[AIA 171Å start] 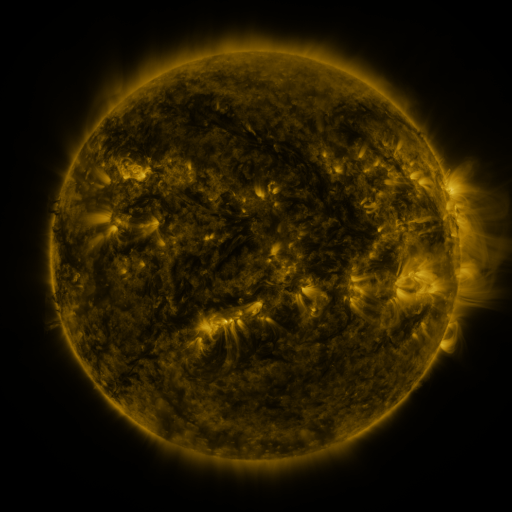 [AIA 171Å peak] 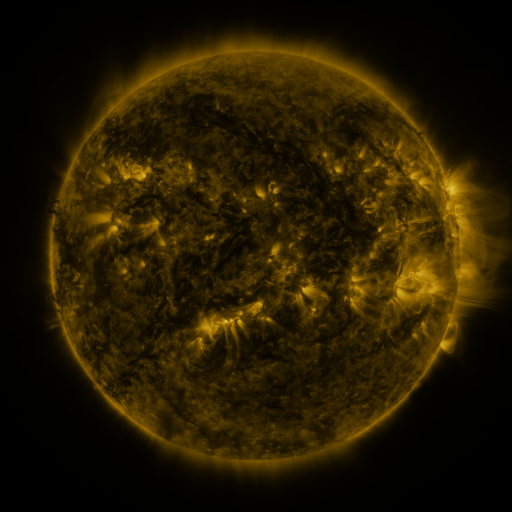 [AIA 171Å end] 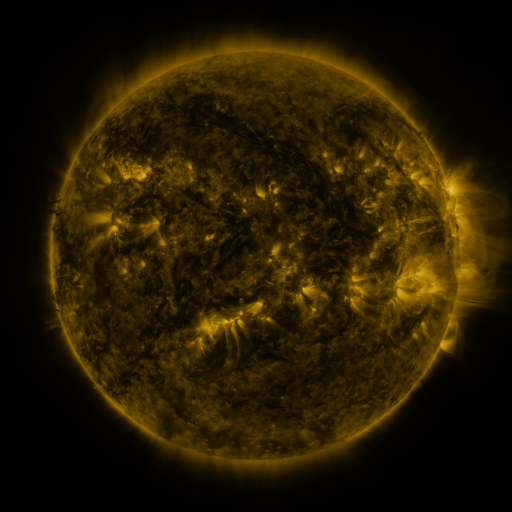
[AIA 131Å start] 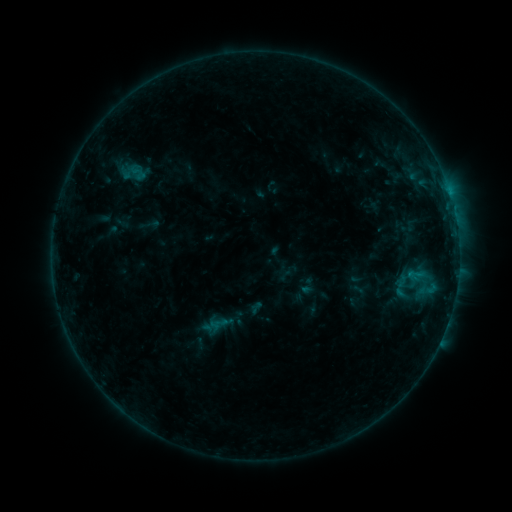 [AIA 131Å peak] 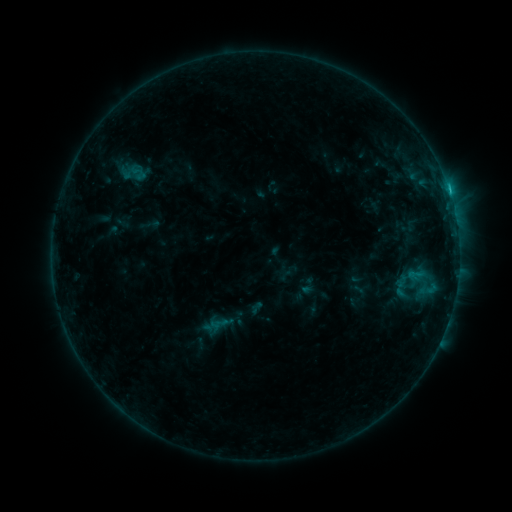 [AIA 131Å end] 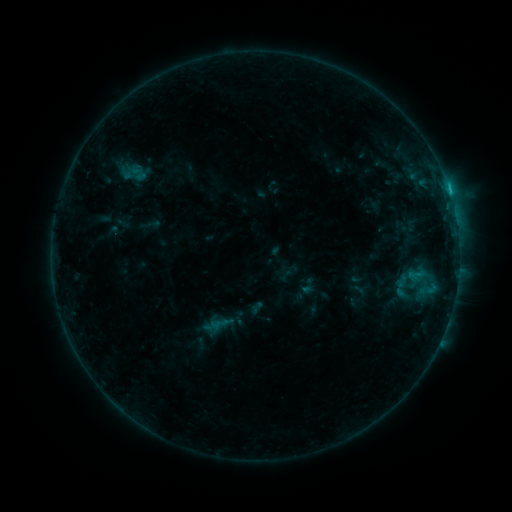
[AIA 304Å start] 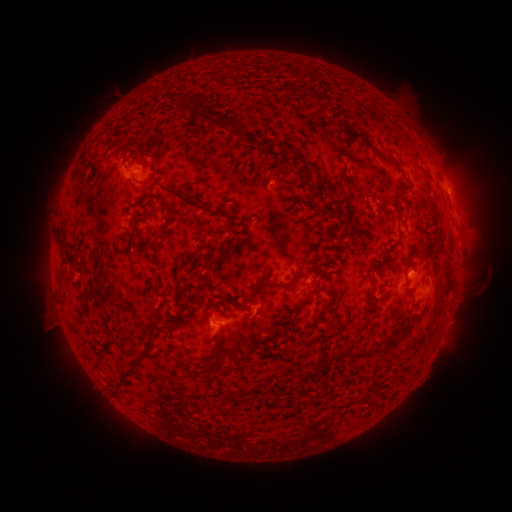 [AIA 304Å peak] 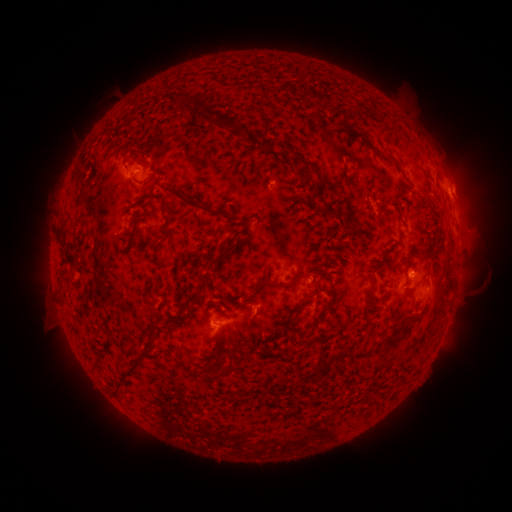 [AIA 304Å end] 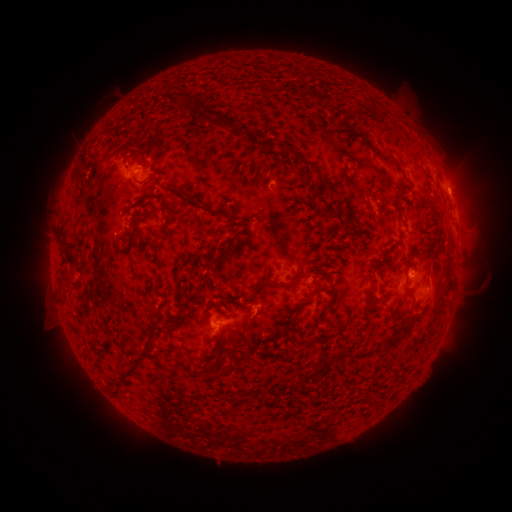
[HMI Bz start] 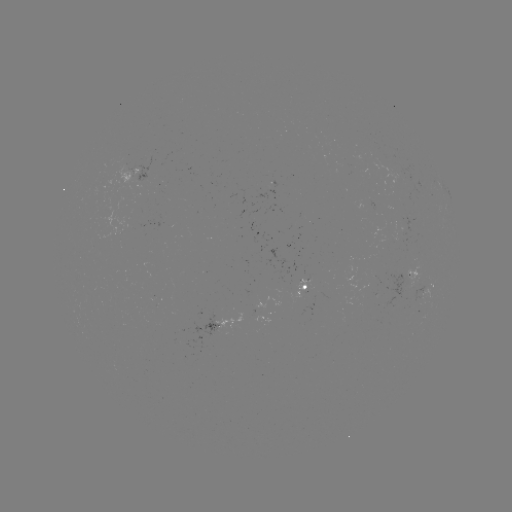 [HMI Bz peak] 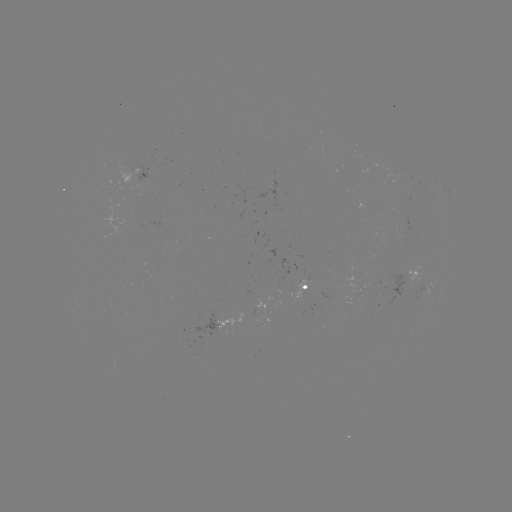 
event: flare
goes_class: B7.1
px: (413, 272)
